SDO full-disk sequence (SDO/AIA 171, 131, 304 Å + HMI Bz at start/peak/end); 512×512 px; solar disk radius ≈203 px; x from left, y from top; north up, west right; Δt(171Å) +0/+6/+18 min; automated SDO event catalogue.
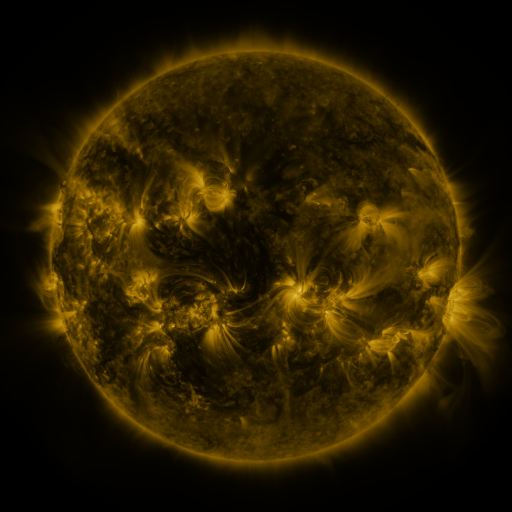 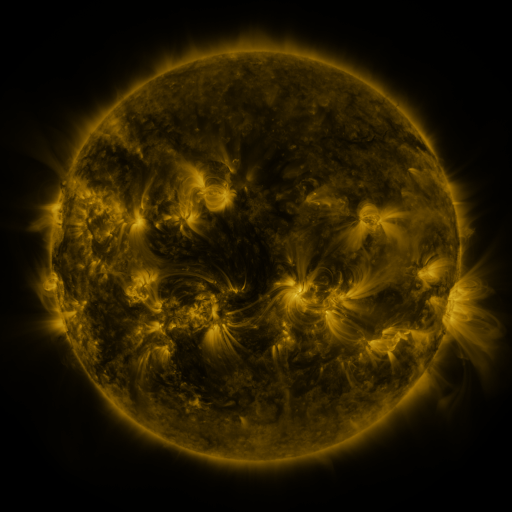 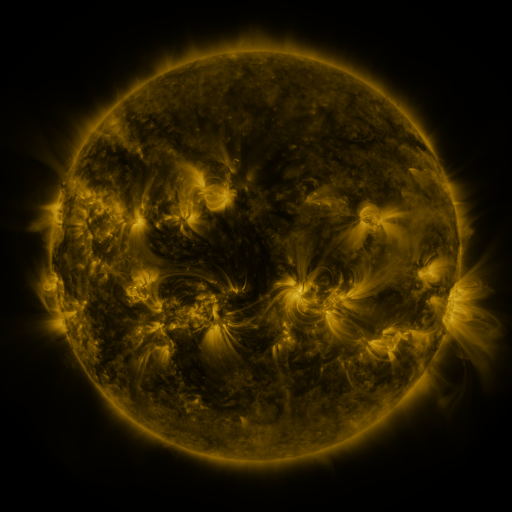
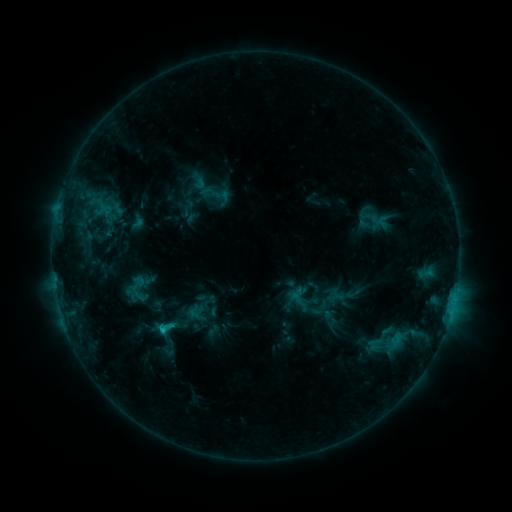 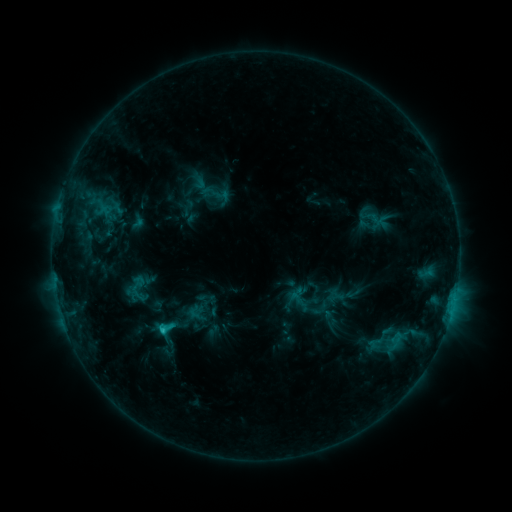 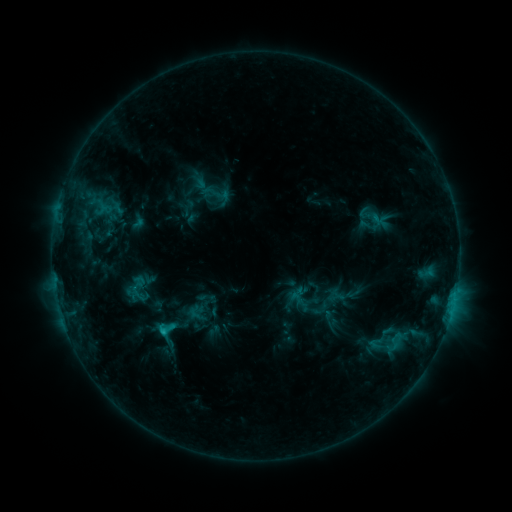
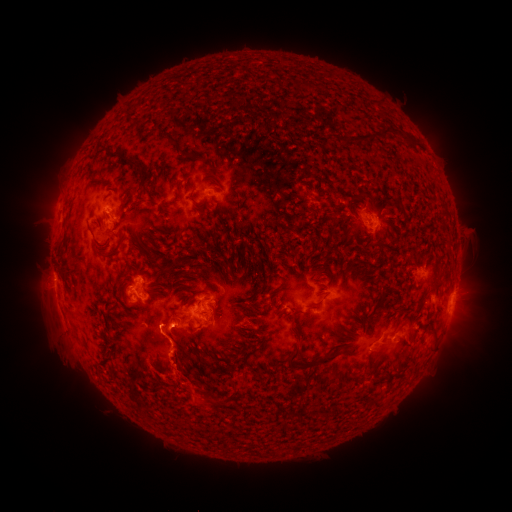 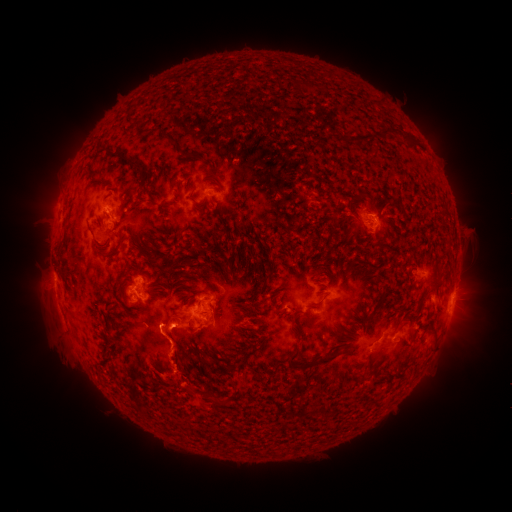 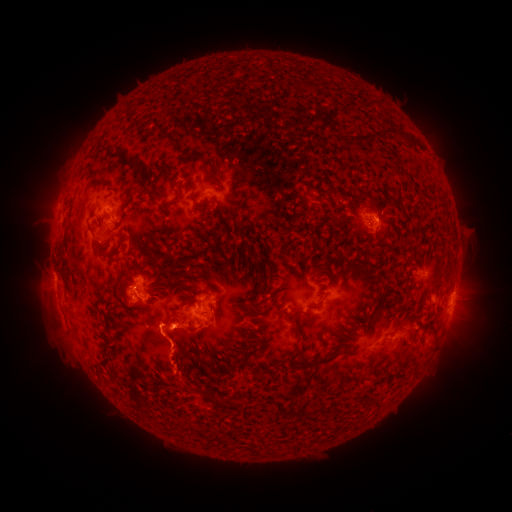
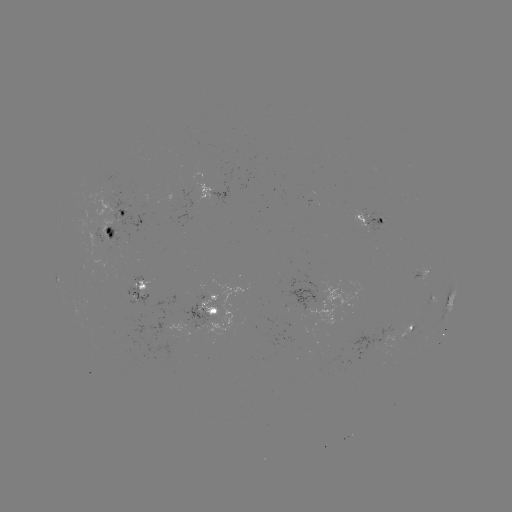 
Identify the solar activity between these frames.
eruption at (195, 394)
